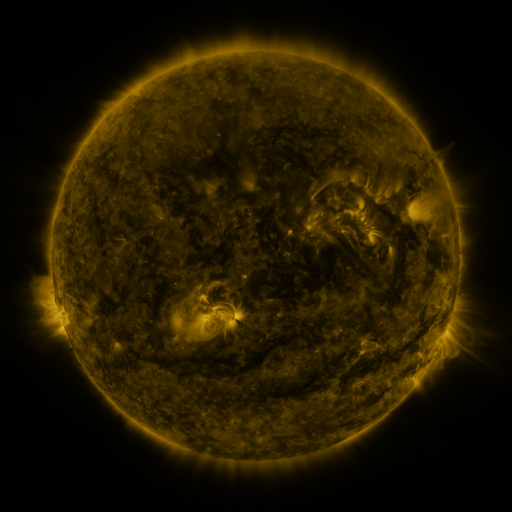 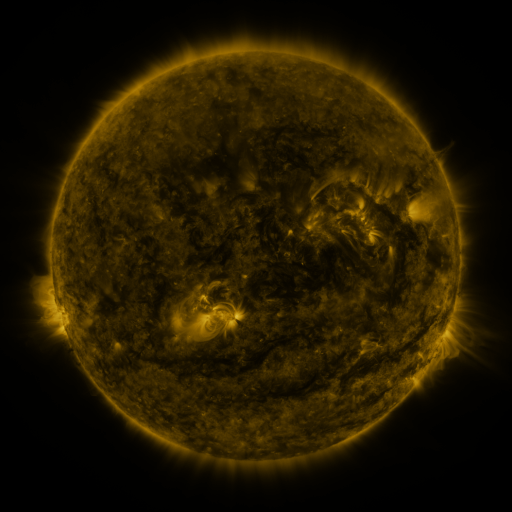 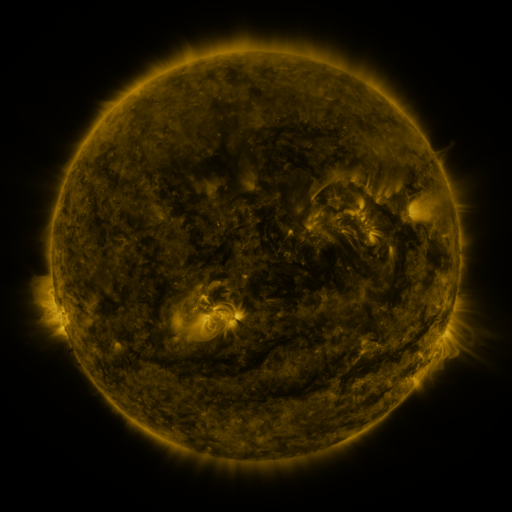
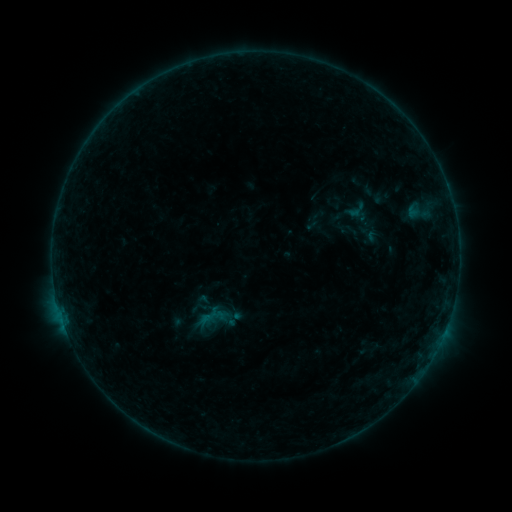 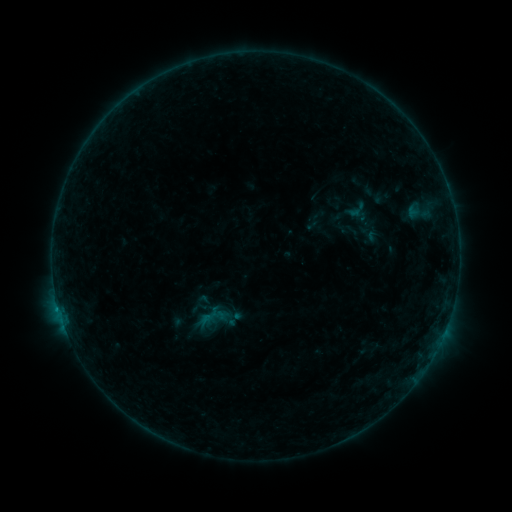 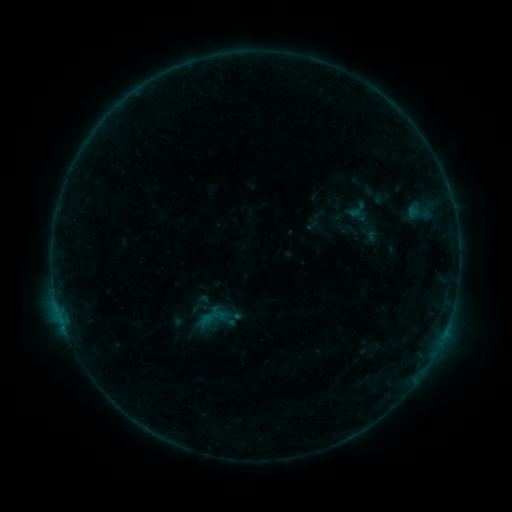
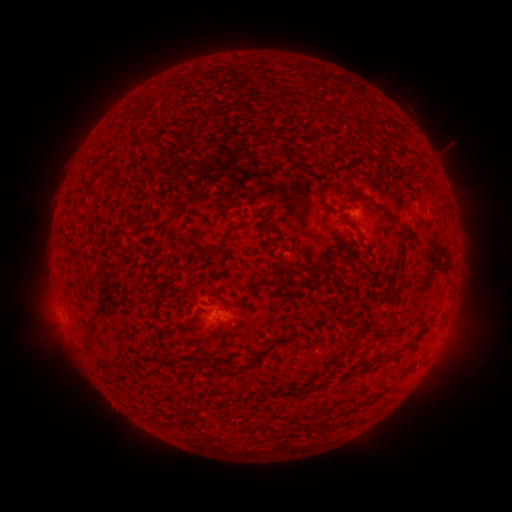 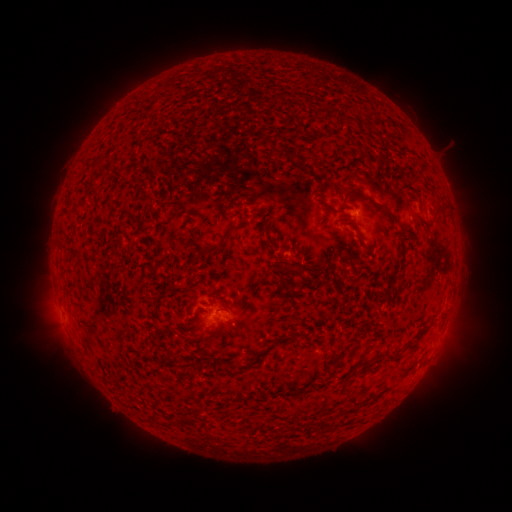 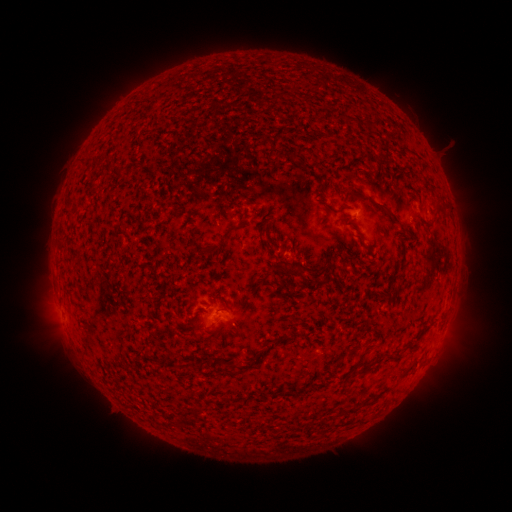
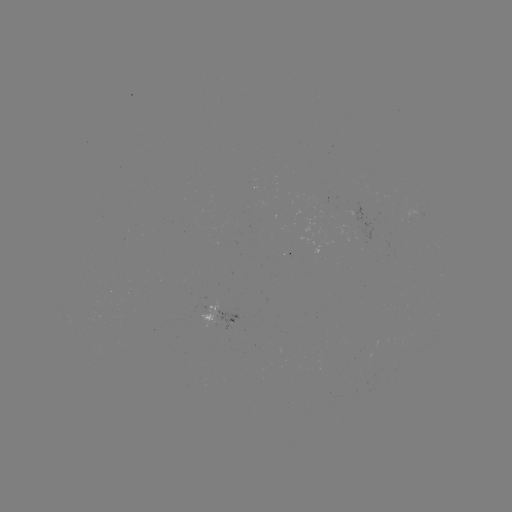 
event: flare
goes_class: B2.7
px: (207, 317)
